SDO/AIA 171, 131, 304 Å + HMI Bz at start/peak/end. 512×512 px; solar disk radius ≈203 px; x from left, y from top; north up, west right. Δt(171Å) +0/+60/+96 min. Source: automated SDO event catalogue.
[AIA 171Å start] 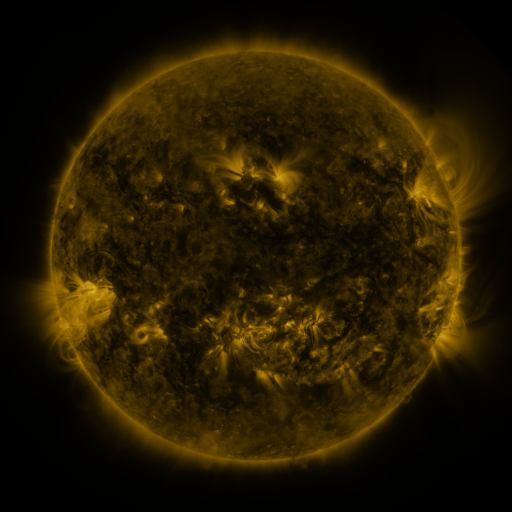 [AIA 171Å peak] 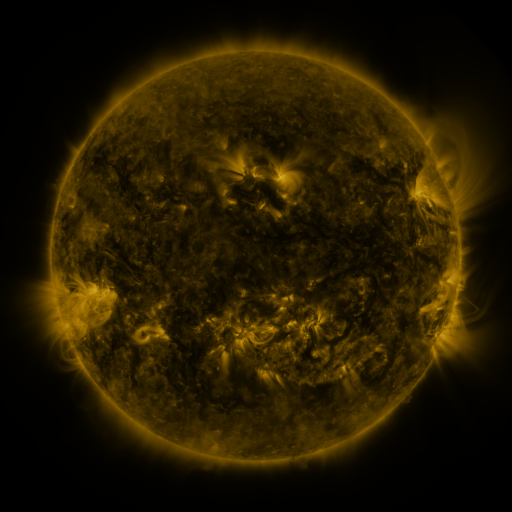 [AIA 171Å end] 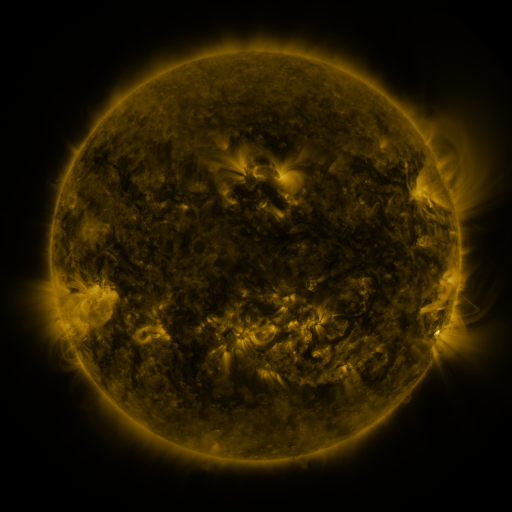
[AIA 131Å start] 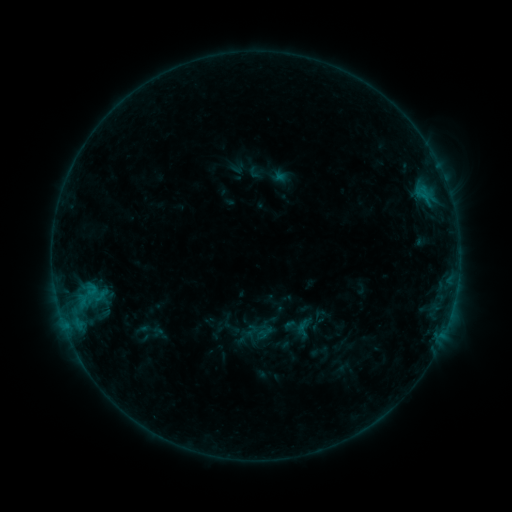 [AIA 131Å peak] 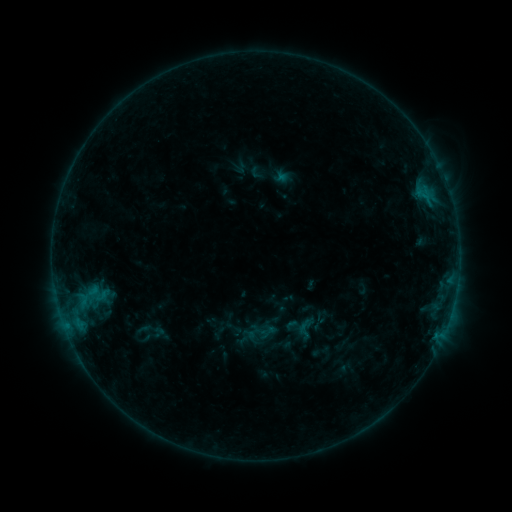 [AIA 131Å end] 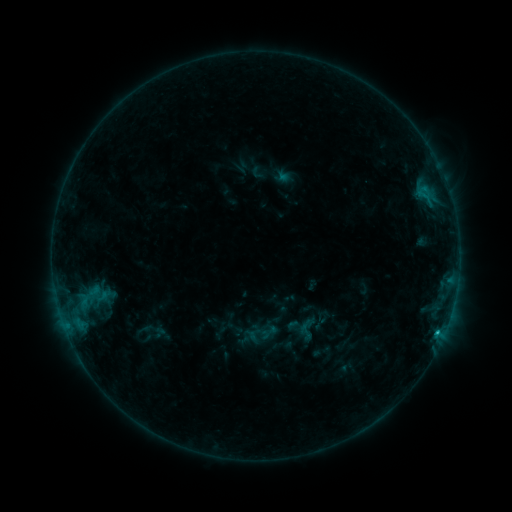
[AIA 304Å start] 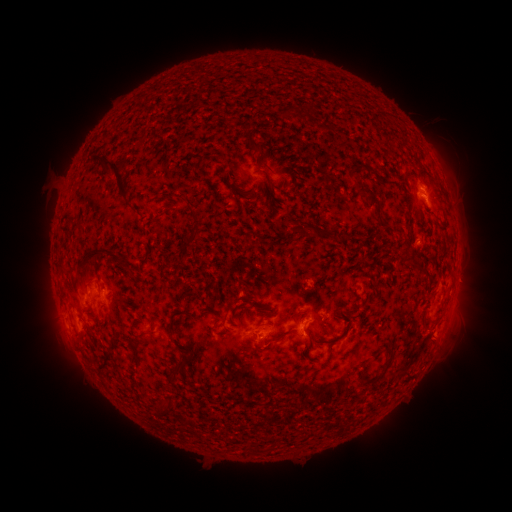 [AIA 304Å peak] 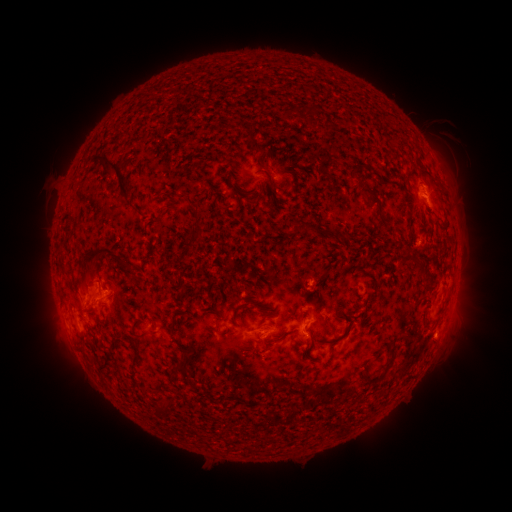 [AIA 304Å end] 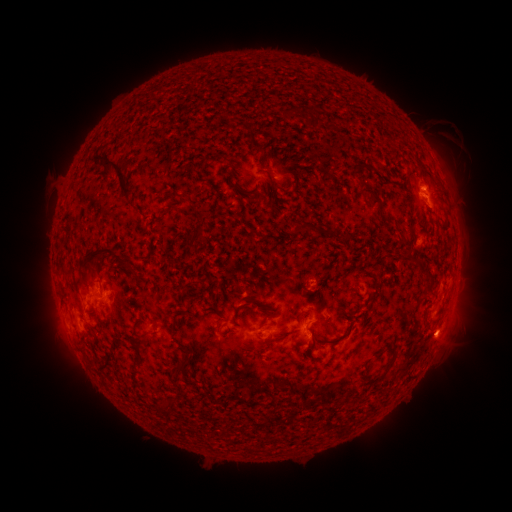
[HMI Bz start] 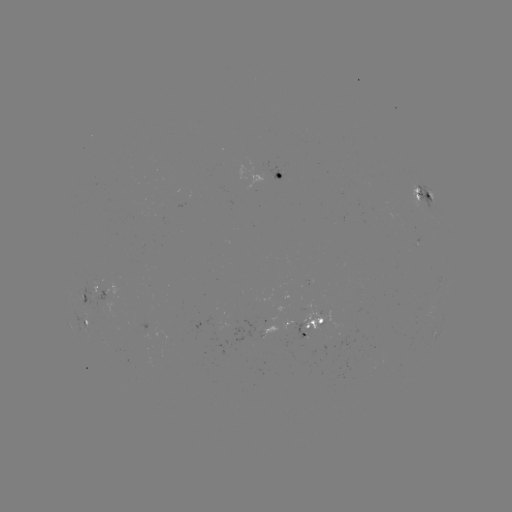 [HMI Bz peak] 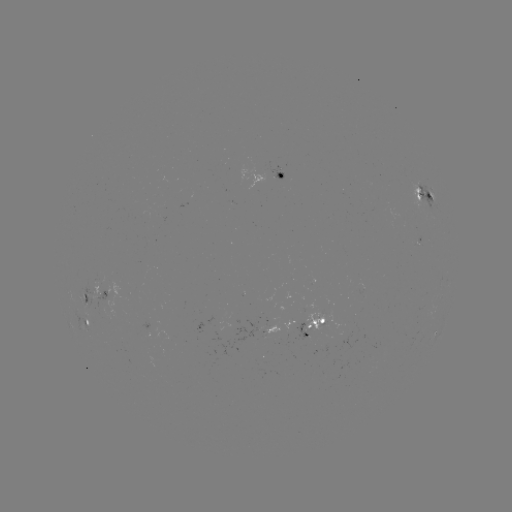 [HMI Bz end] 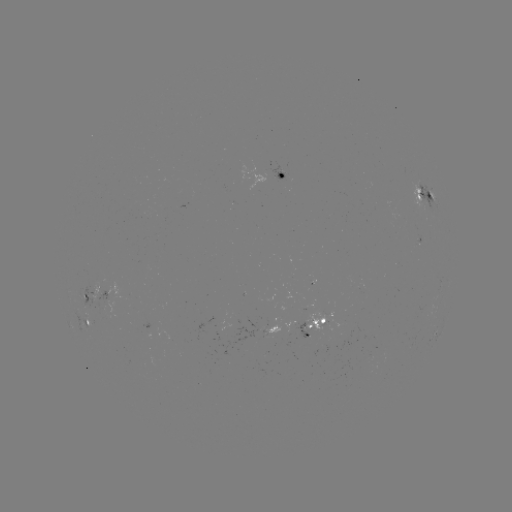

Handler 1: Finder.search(emerging-flux region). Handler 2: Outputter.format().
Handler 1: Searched emerging-flux region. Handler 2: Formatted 98,286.